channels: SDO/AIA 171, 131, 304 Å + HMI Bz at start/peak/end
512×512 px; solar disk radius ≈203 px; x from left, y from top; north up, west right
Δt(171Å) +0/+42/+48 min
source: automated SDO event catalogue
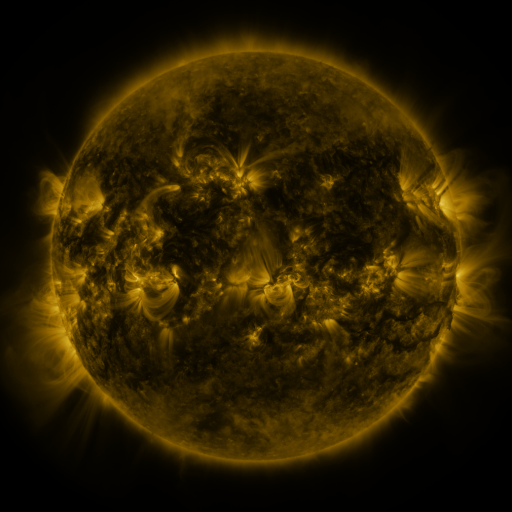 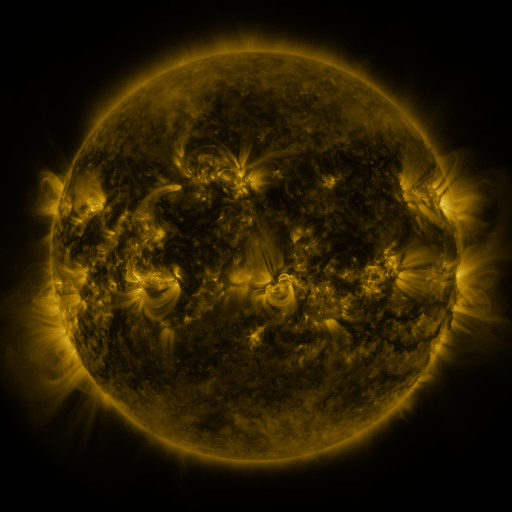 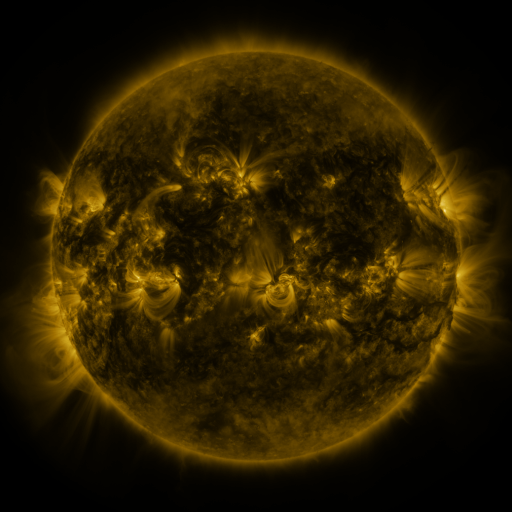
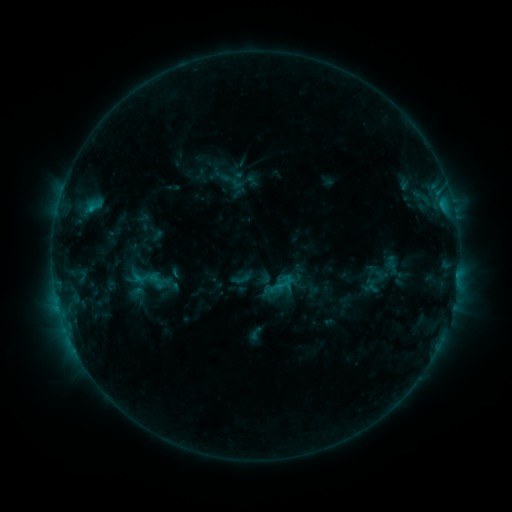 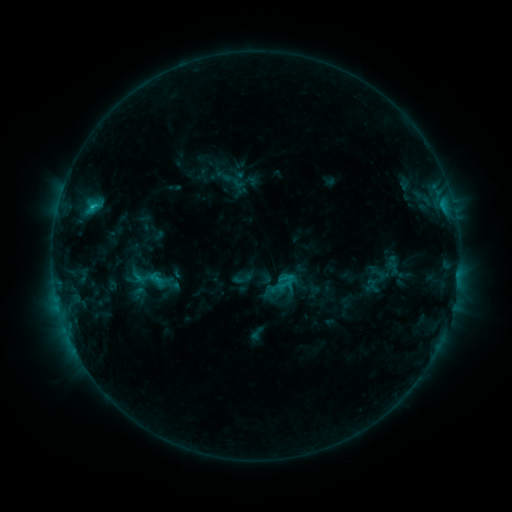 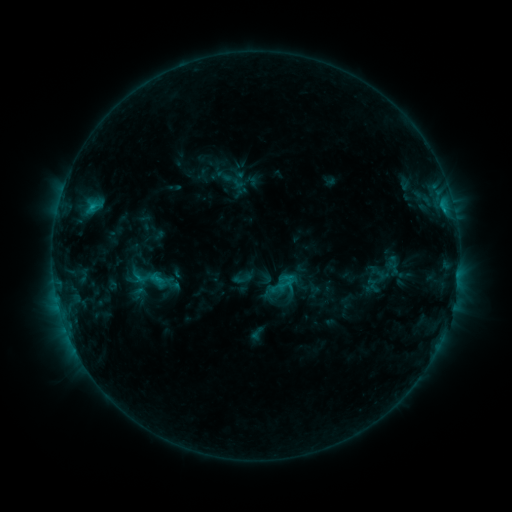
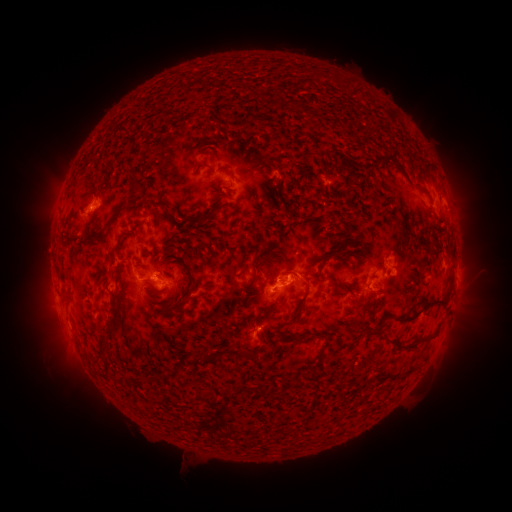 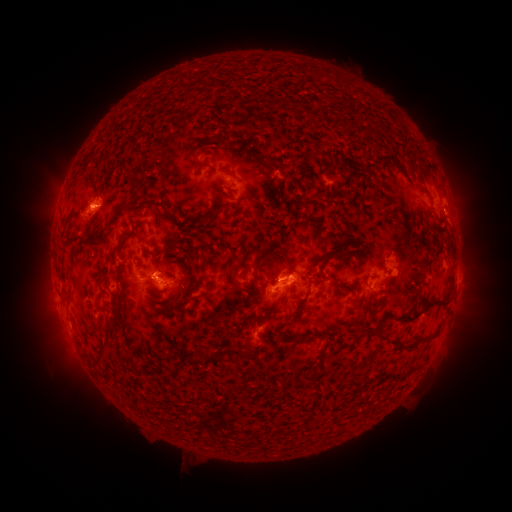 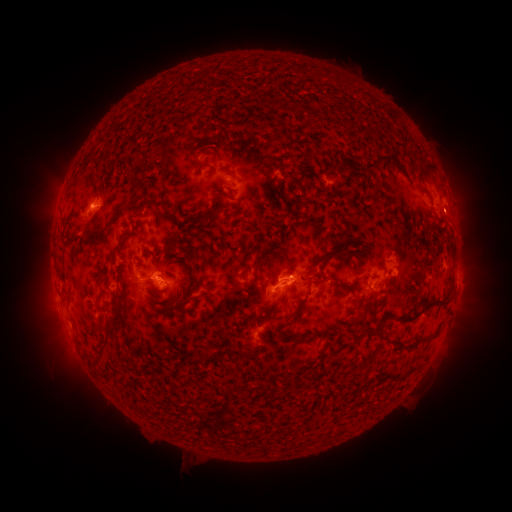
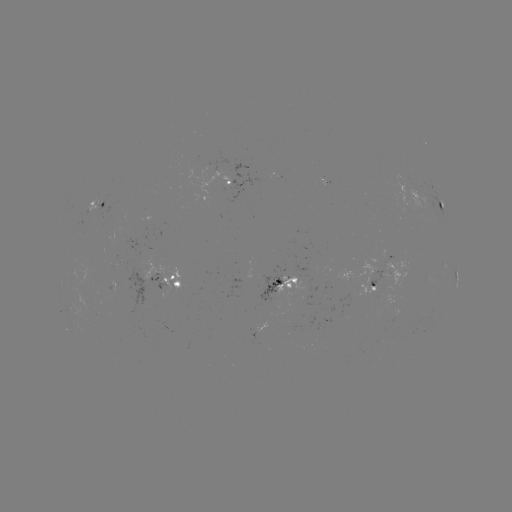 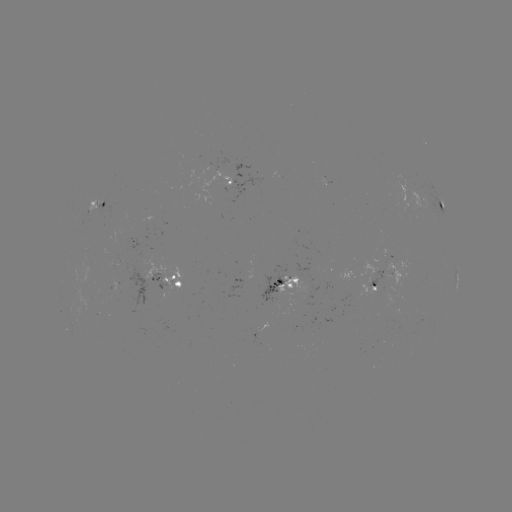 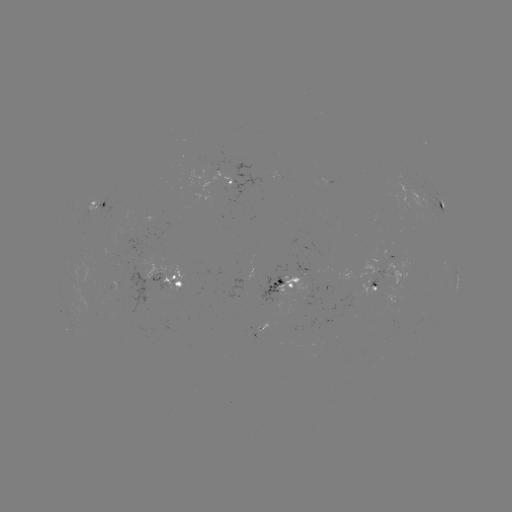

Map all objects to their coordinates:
C1.3 flare: (93, 206)
